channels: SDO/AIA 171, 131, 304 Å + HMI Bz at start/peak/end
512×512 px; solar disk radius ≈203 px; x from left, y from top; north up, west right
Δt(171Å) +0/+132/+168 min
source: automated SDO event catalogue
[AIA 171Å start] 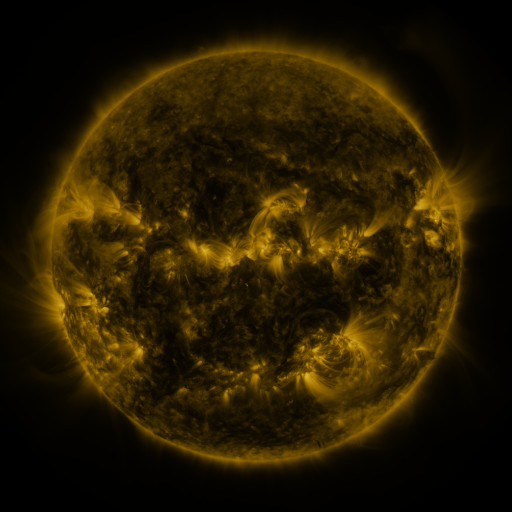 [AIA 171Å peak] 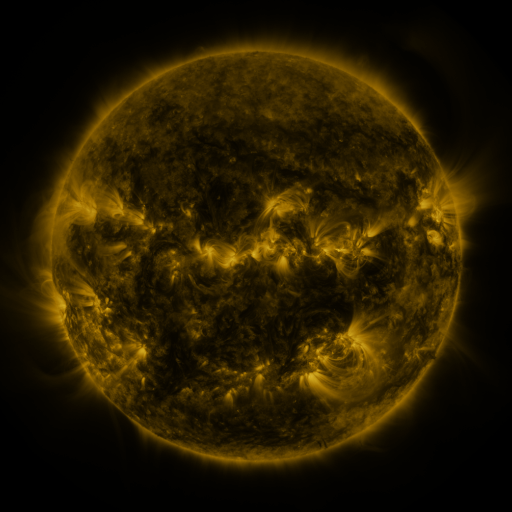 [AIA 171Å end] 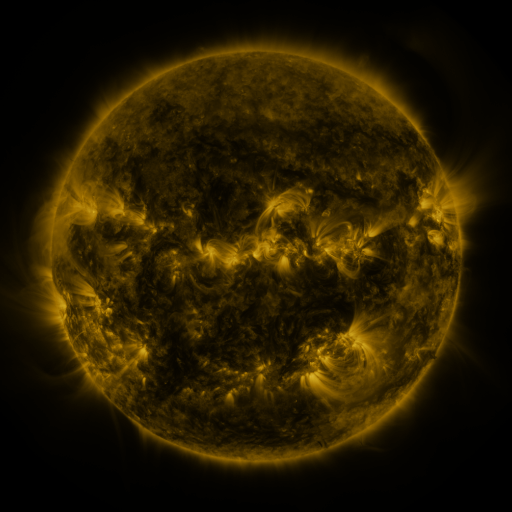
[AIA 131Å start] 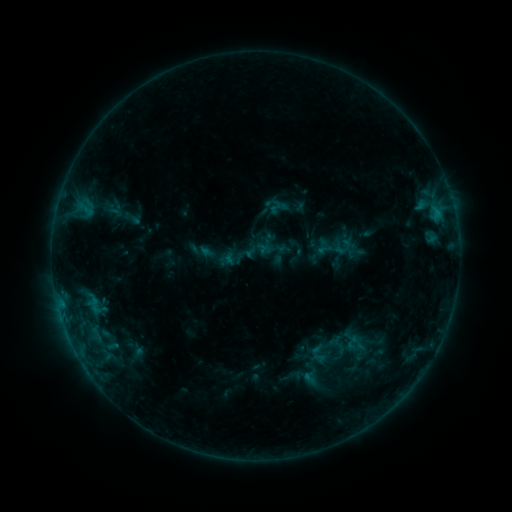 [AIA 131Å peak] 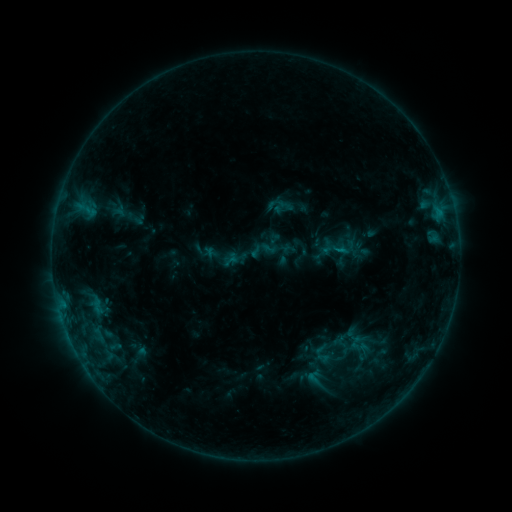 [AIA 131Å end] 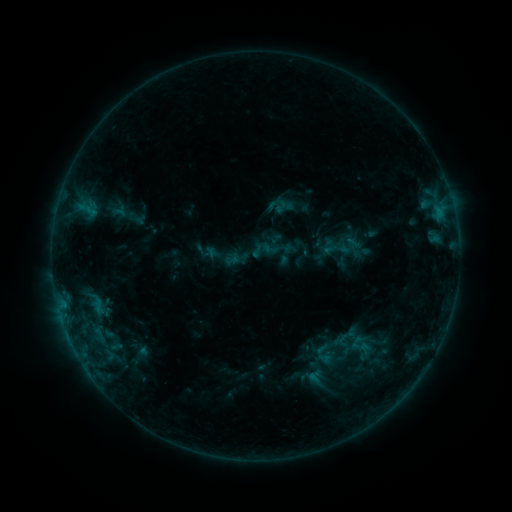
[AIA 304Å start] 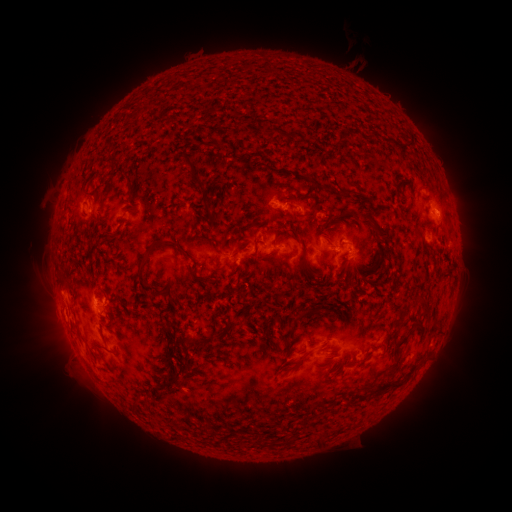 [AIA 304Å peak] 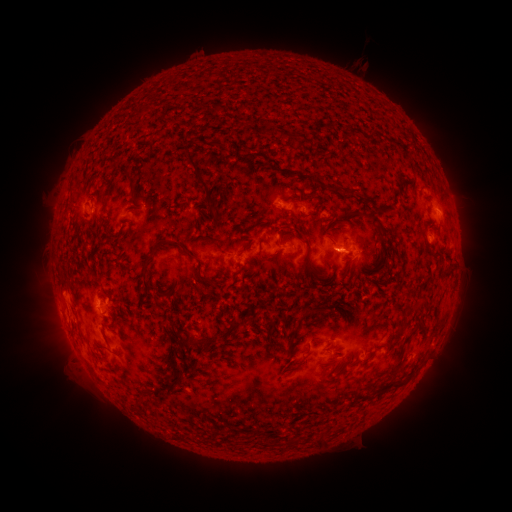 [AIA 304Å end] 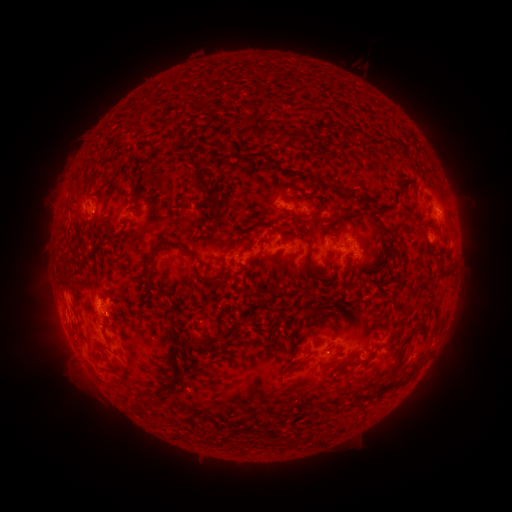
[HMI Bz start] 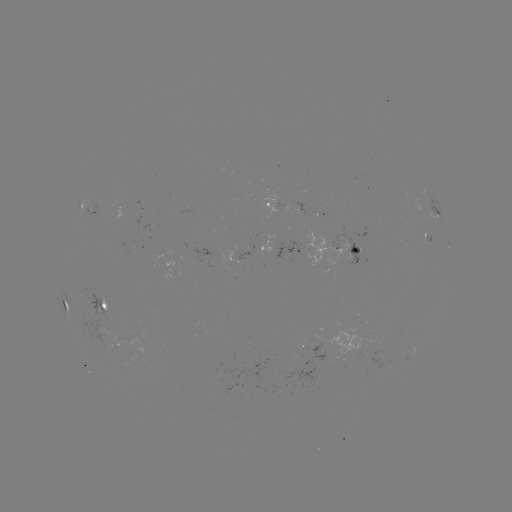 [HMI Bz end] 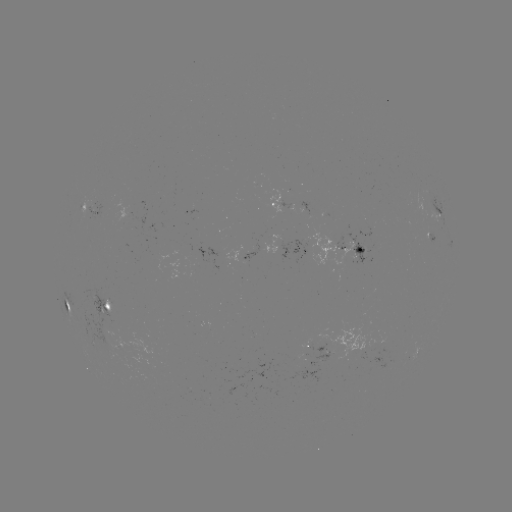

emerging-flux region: <bbox>311, 210, 323, 218</bbox>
